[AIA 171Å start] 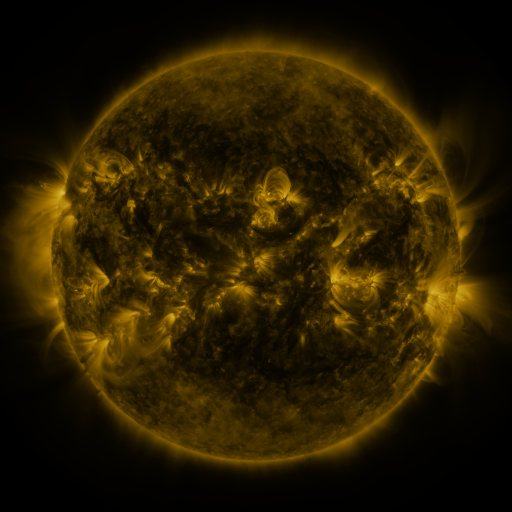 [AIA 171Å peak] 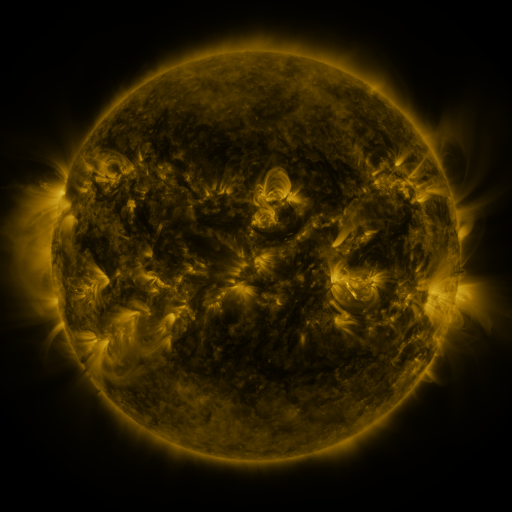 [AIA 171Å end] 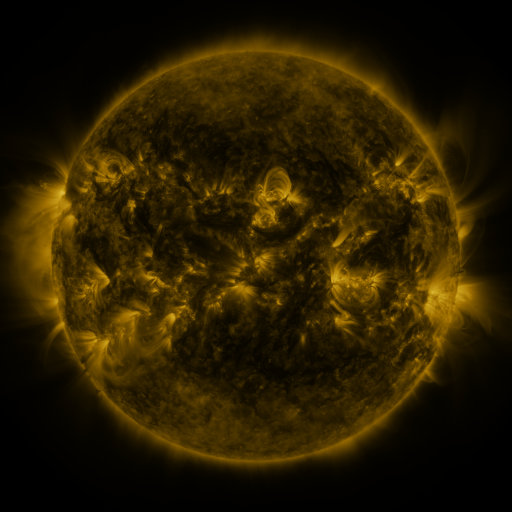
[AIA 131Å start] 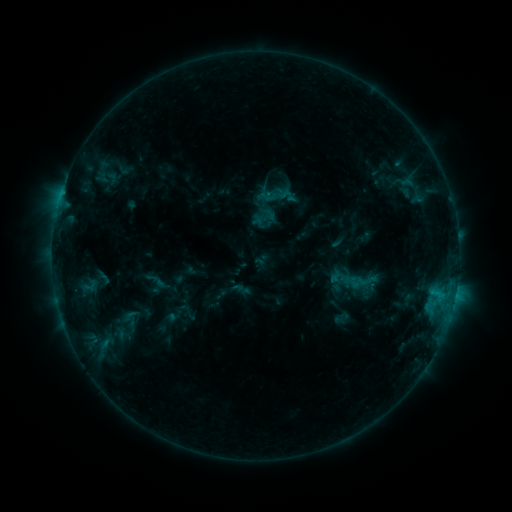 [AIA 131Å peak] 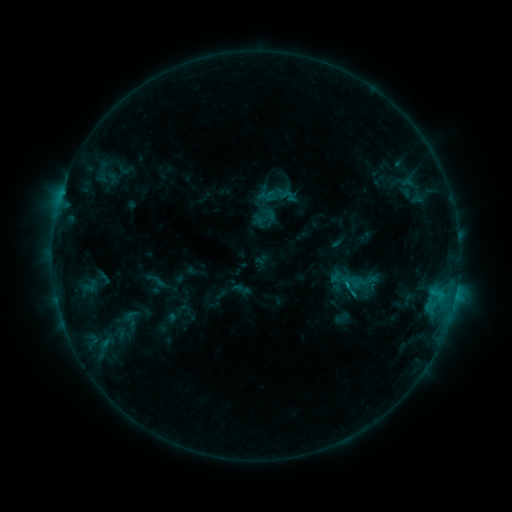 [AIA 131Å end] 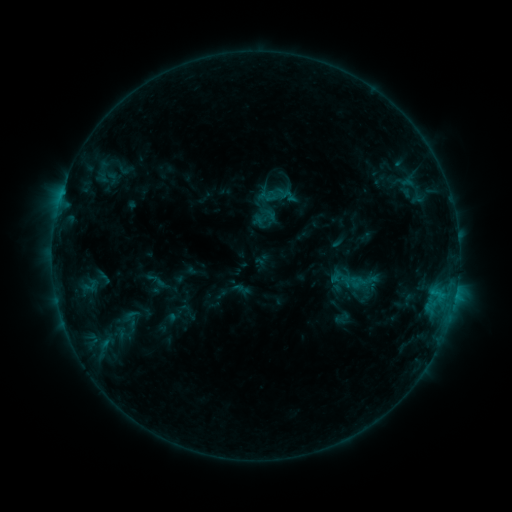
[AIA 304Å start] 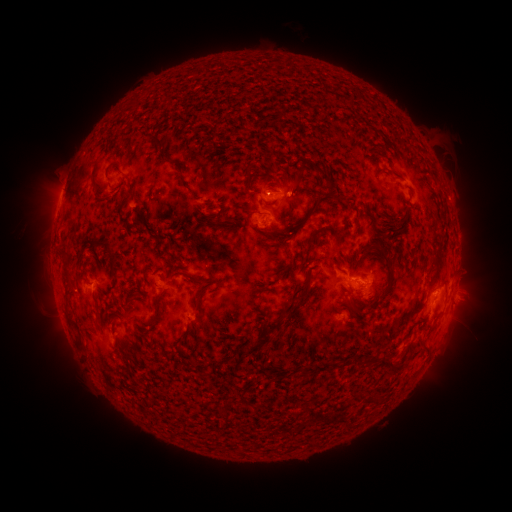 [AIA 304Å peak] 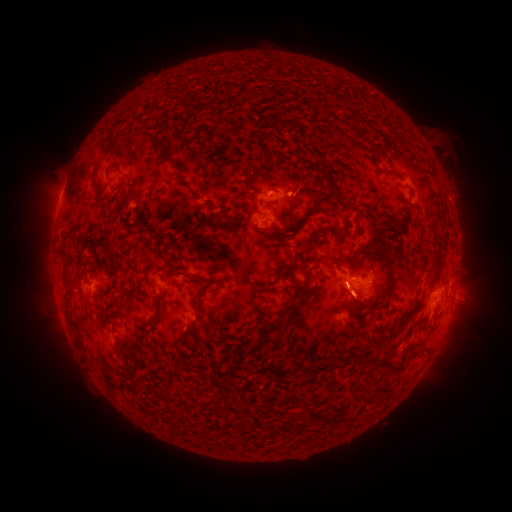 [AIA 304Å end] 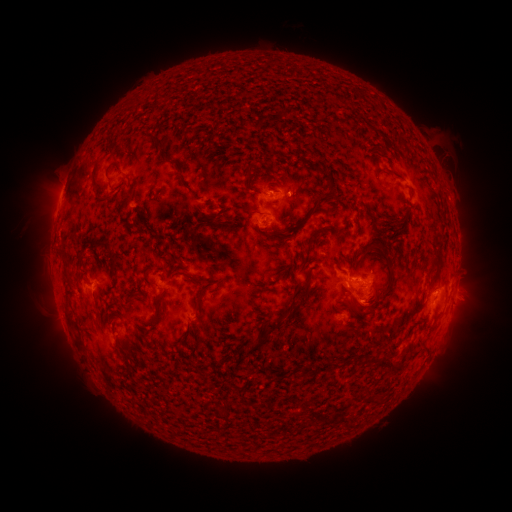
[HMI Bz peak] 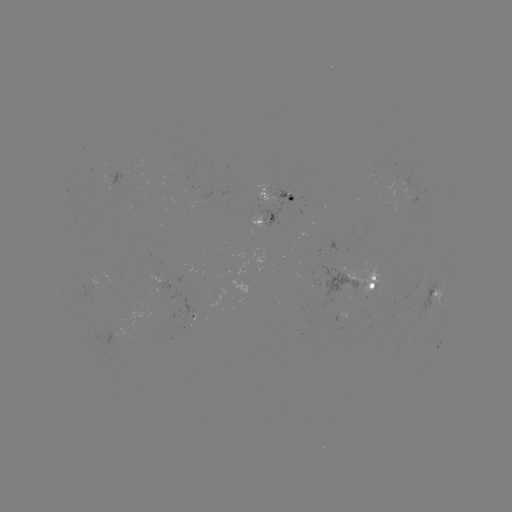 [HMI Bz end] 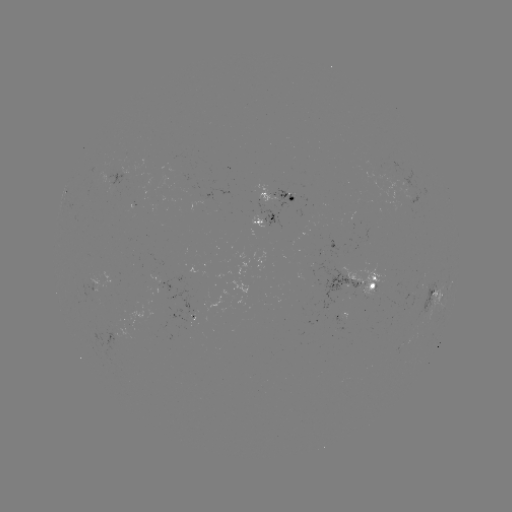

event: eruption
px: (363, 307)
